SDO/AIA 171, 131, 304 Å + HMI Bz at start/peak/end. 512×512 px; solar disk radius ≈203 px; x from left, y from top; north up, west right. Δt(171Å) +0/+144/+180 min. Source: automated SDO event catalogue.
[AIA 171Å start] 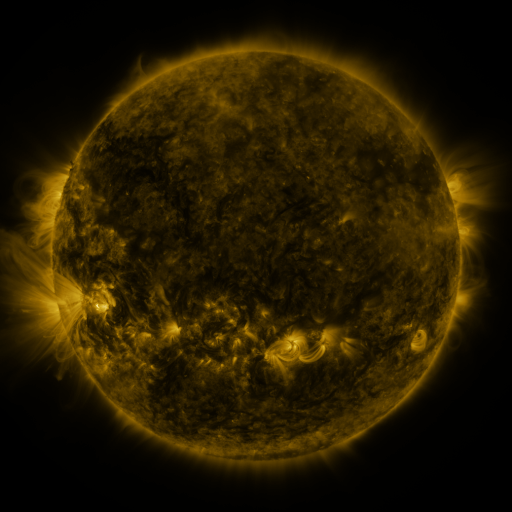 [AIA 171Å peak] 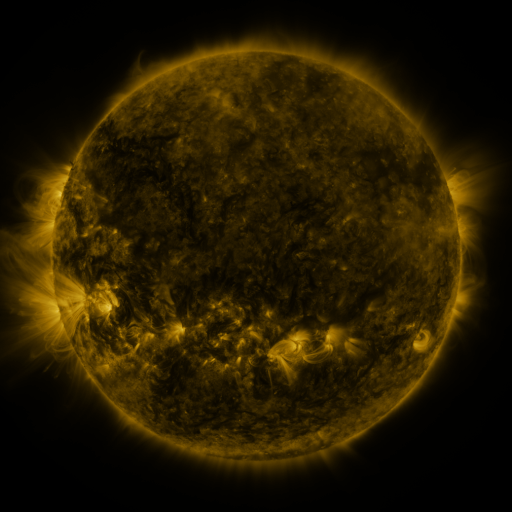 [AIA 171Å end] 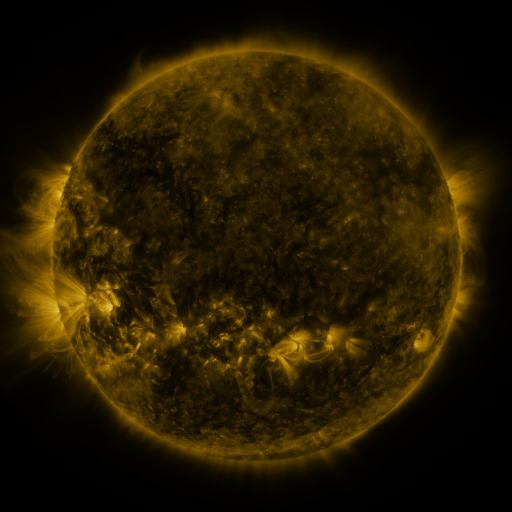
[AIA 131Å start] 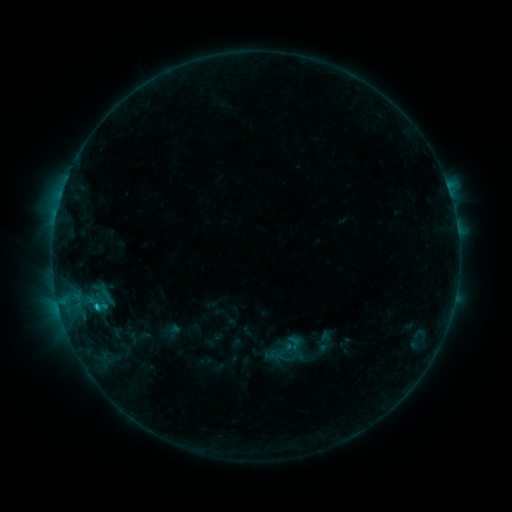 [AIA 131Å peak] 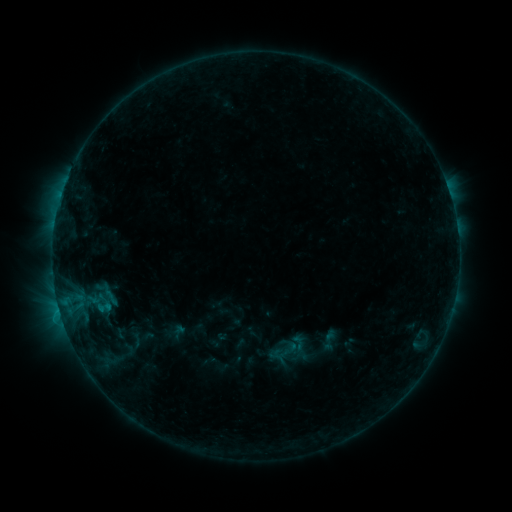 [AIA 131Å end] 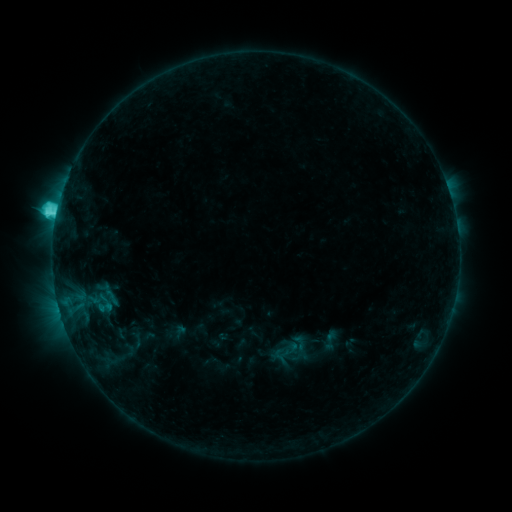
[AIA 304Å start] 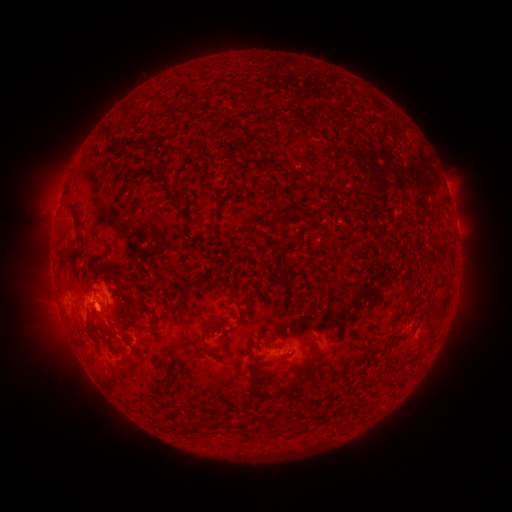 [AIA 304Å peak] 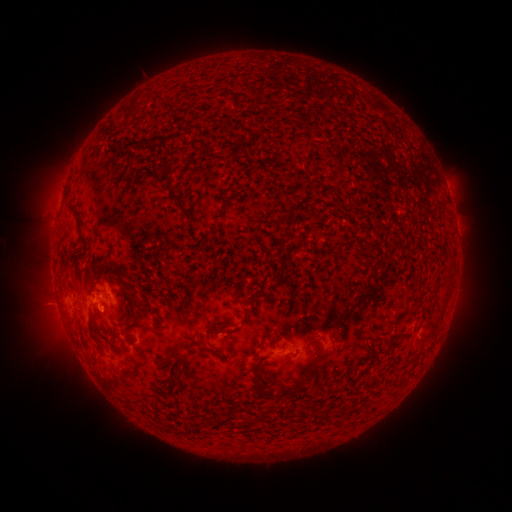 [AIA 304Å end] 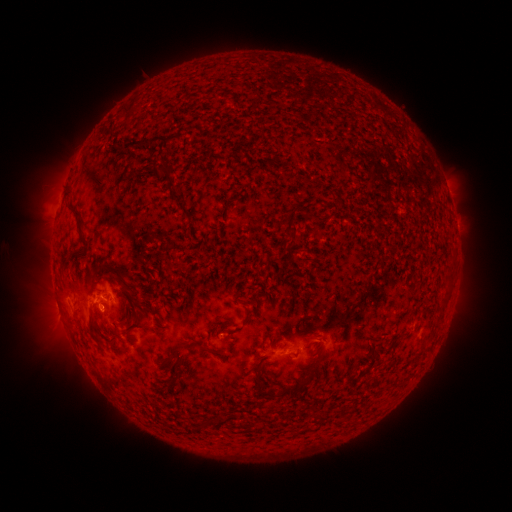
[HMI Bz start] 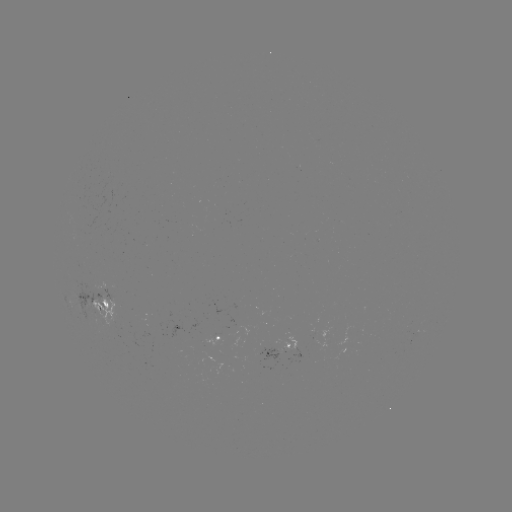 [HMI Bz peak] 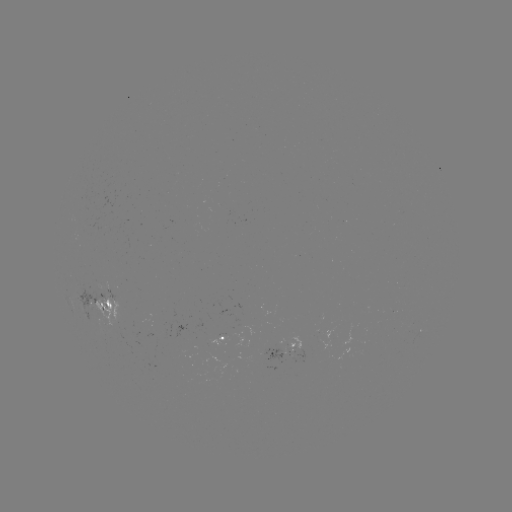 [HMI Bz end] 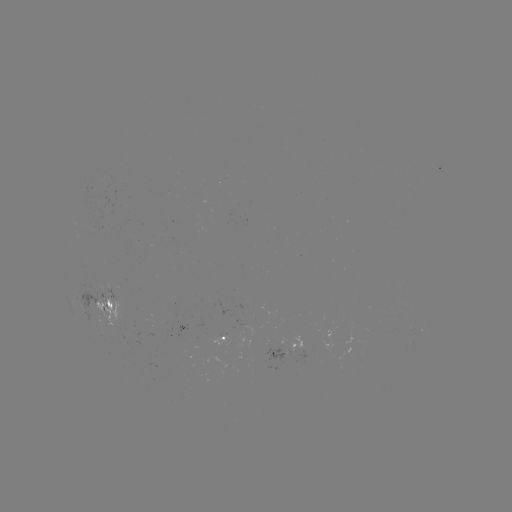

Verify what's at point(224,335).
emerging-flux region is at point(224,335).